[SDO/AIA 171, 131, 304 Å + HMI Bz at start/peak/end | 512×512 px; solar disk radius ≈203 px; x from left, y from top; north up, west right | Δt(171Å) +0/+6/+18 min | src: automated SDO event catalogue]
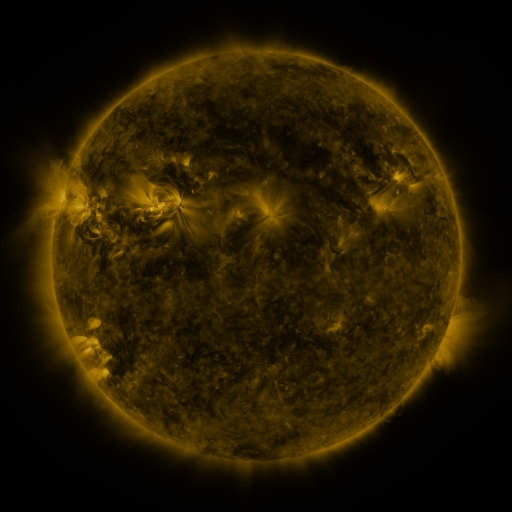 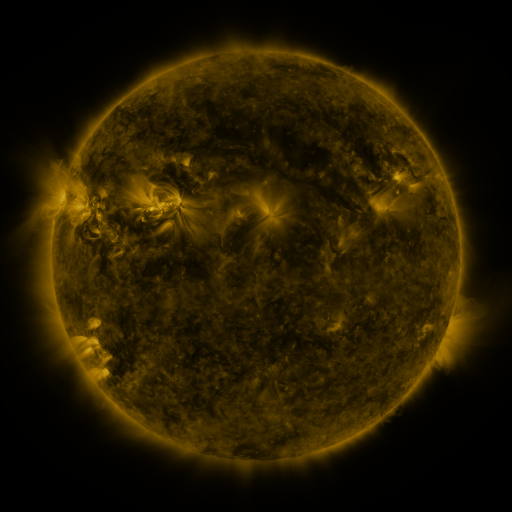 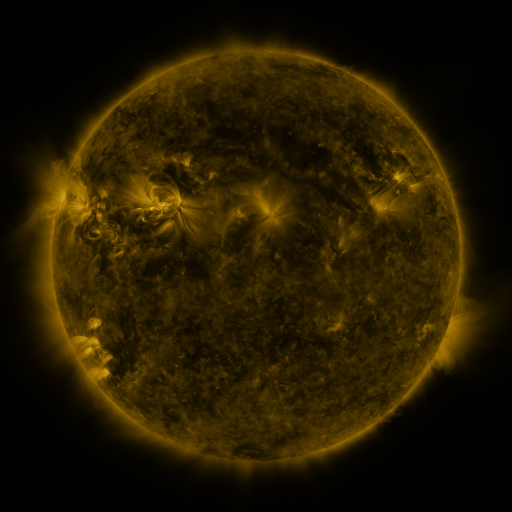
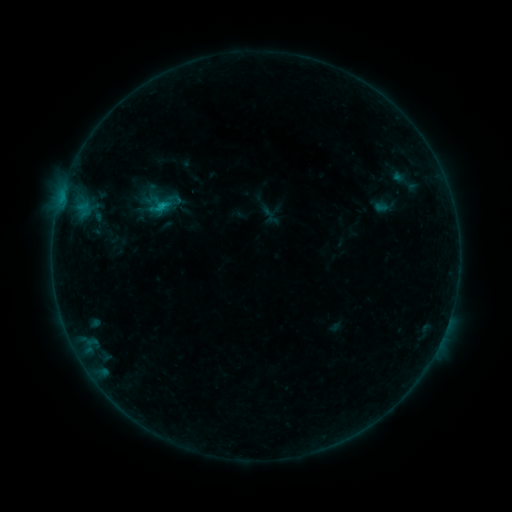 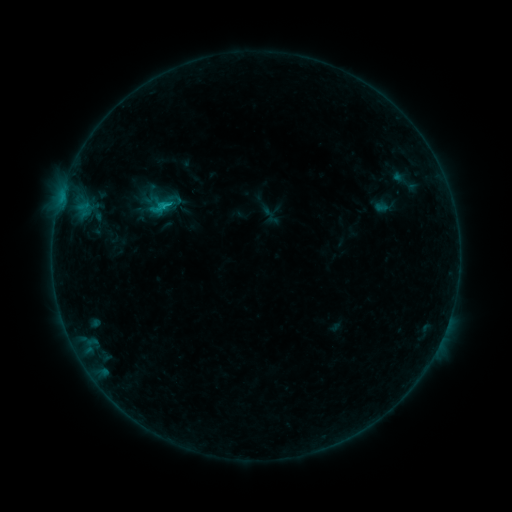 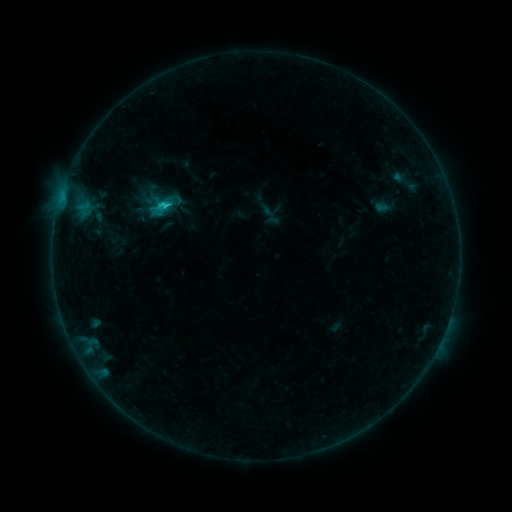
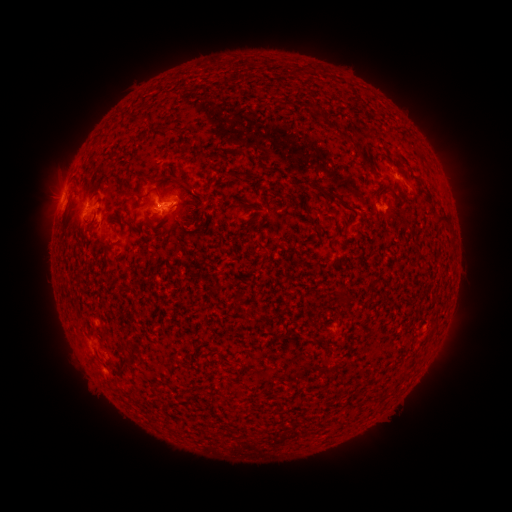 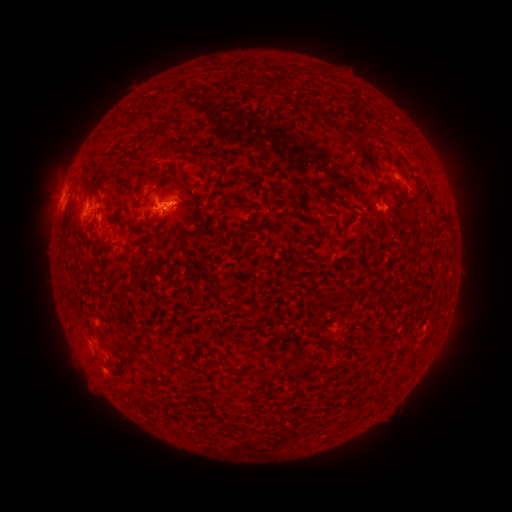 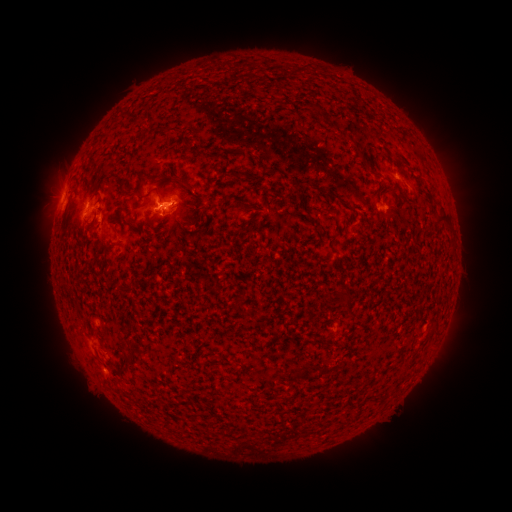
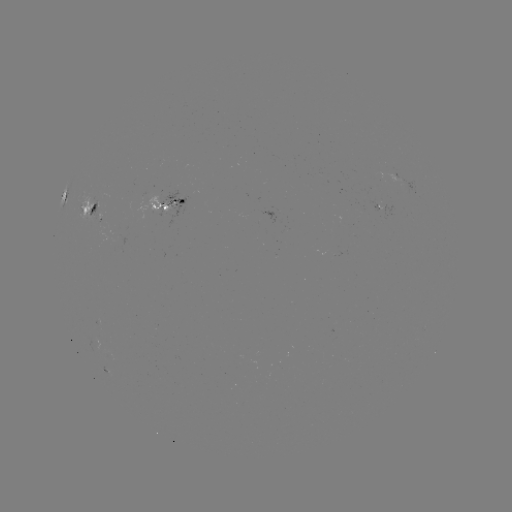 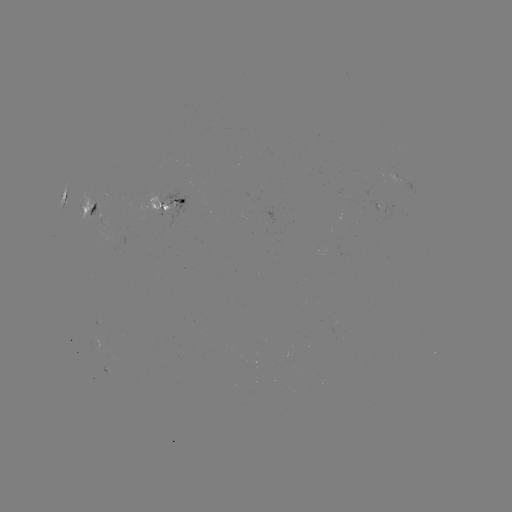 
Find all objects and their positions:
C2.7 flare: (171, 206)
